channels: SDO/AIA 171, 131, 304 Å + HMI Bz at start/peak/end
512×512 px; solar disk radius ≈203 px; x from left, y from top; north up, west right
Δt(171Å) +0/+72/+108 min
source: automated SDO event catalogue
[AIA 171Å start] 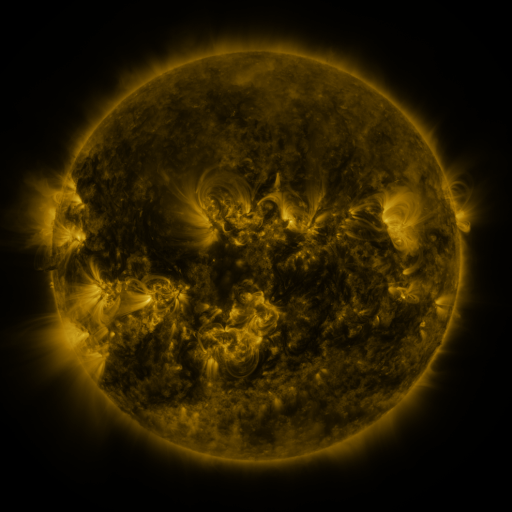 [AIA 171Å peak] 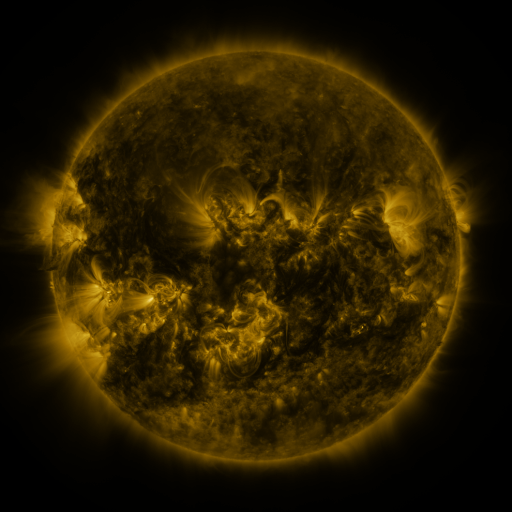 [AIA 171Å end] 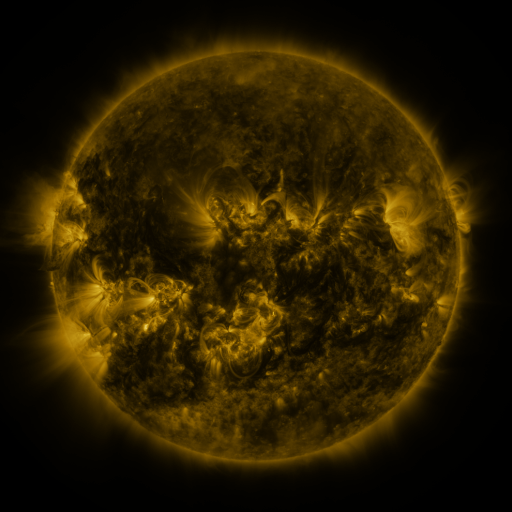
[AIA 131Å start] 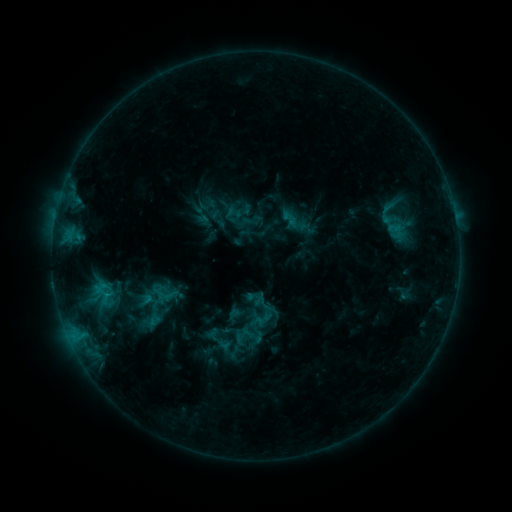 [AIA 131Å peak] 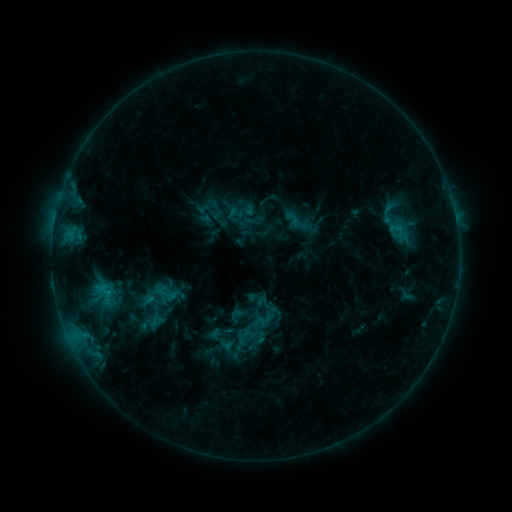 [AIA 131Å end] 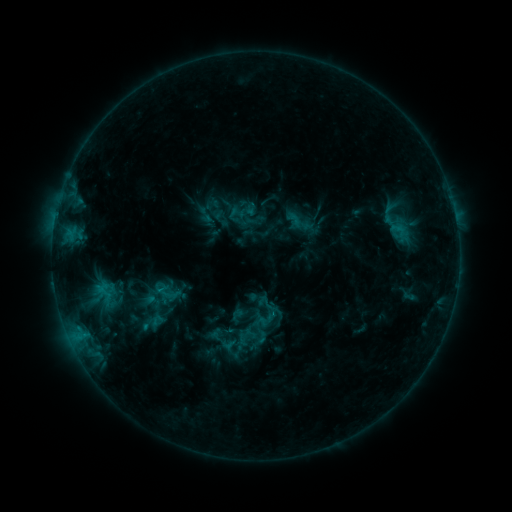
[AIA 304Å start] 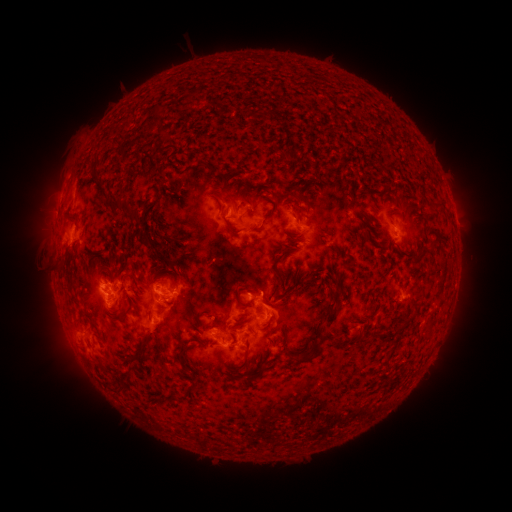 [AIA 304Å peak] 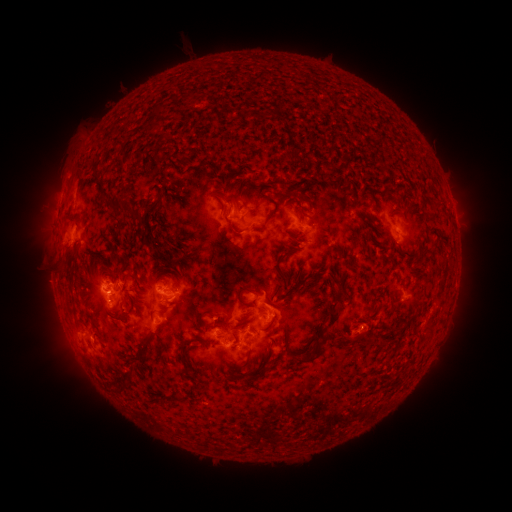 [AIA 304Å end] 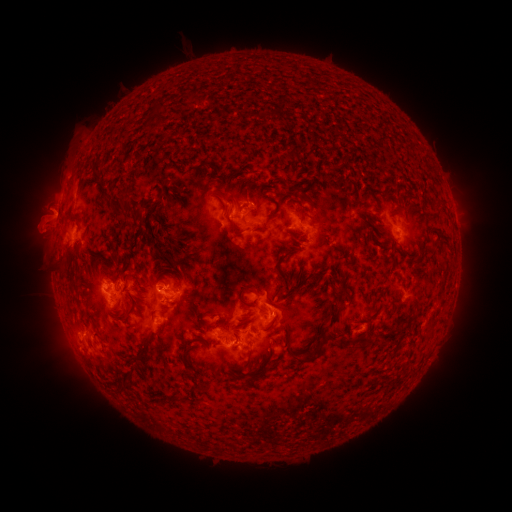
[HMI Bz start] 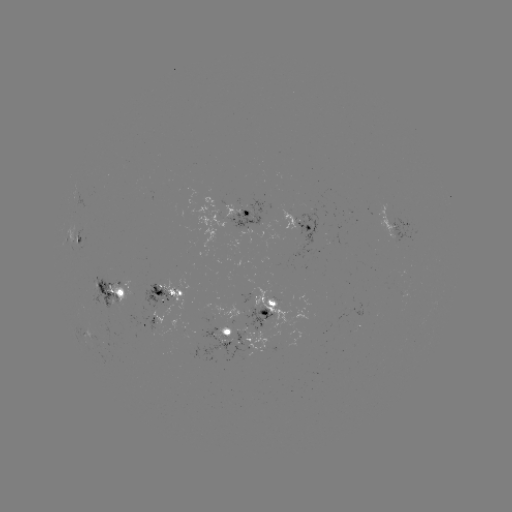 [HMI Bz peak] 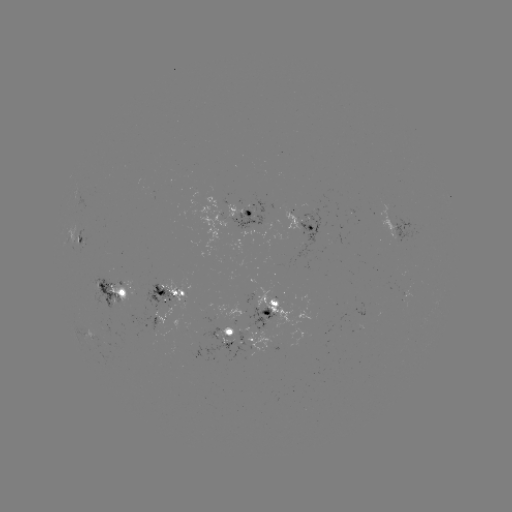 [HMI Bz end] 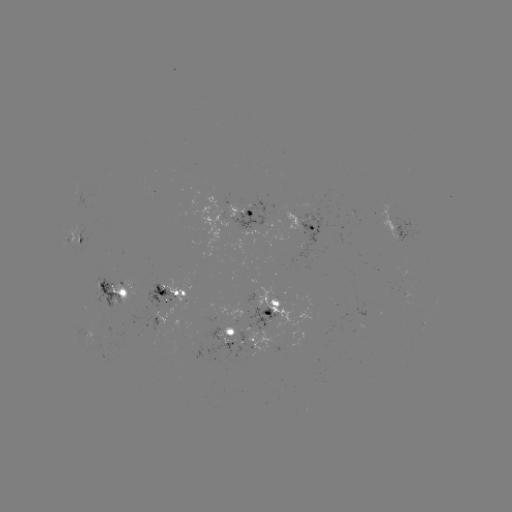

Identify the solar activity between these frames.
emerging-flux region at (266, 317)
